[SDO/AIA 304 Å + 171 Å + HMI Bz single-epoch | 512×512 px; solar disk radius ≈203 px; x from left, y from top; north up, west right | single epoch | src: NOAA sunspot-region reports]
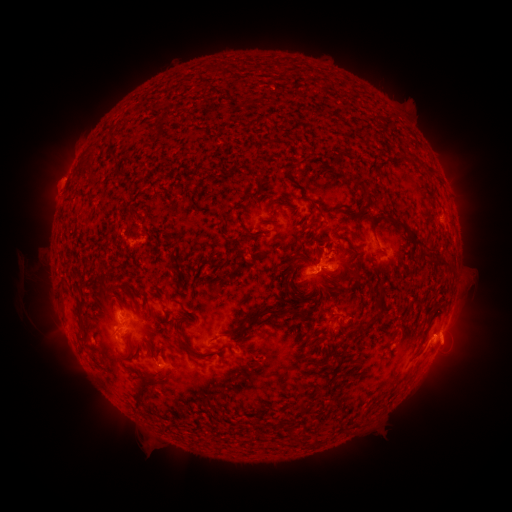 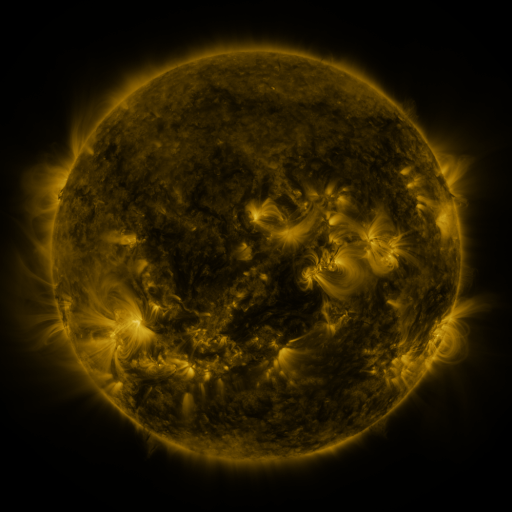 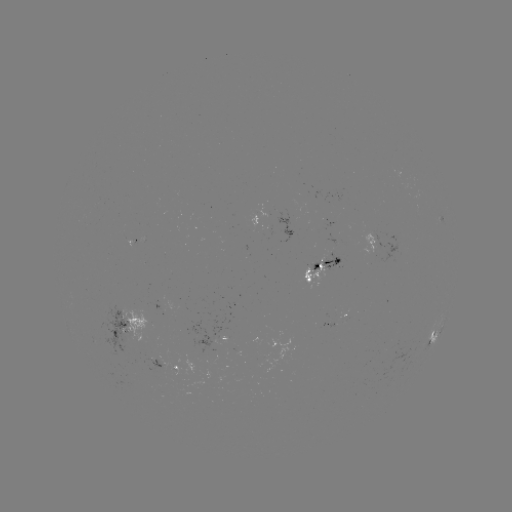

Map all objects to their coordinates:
spotted active region: (315, 269)
spotted active region: (333, 321)
spotted active region: (126, 327)
spotted active region: (222, 339)
spotted active region: (432, 340)
spotted active region: (167, 364)
